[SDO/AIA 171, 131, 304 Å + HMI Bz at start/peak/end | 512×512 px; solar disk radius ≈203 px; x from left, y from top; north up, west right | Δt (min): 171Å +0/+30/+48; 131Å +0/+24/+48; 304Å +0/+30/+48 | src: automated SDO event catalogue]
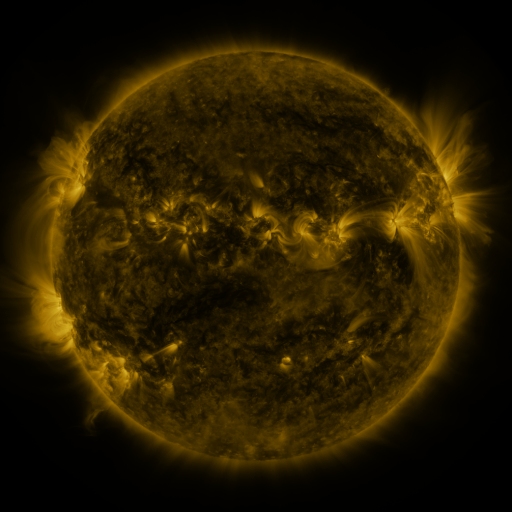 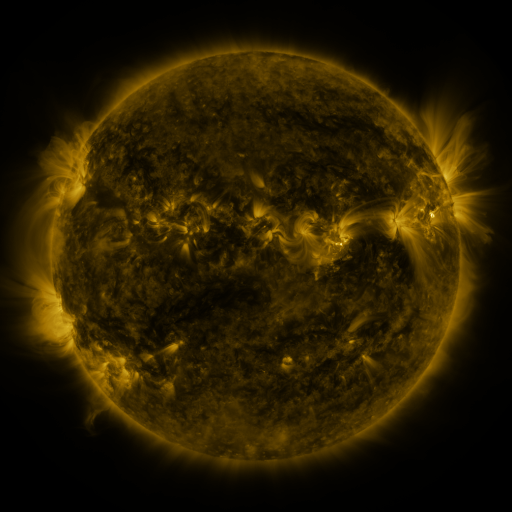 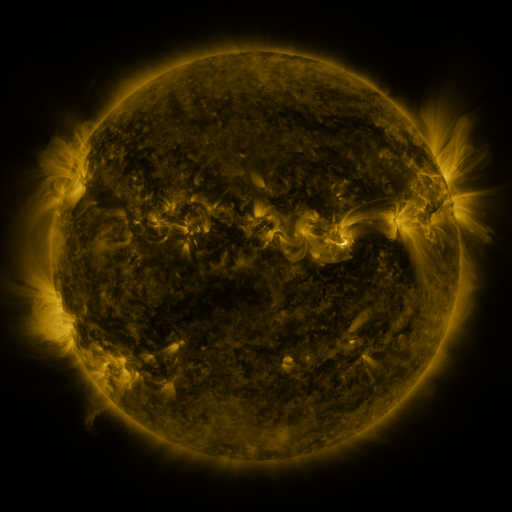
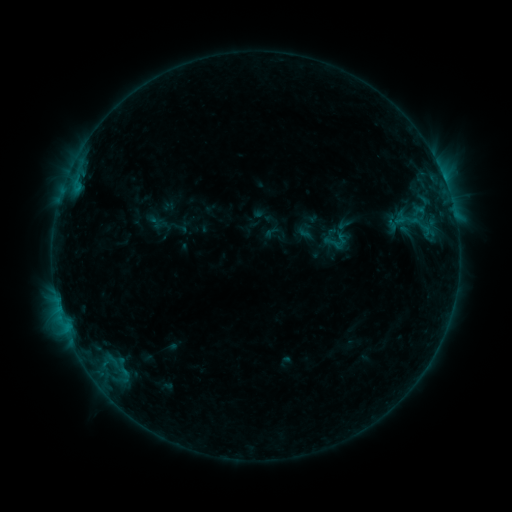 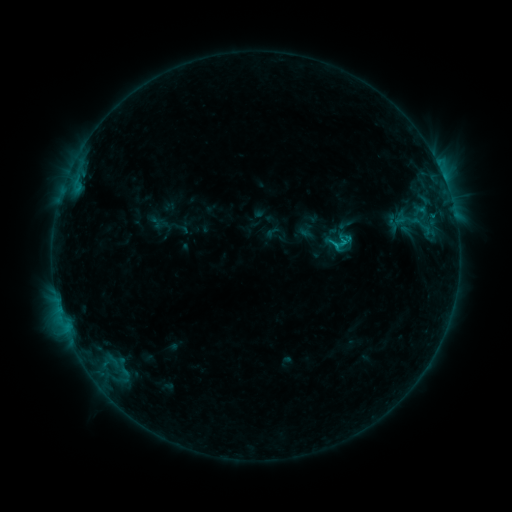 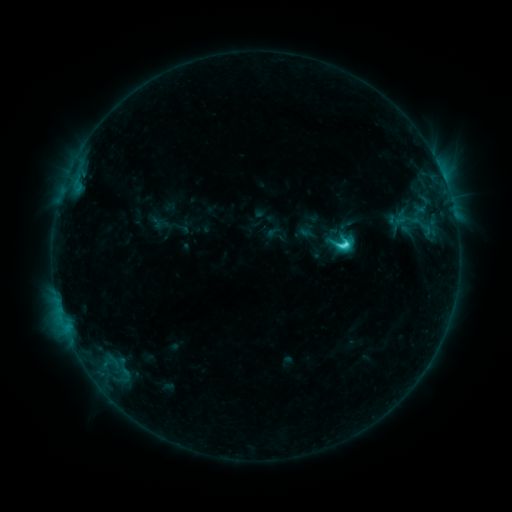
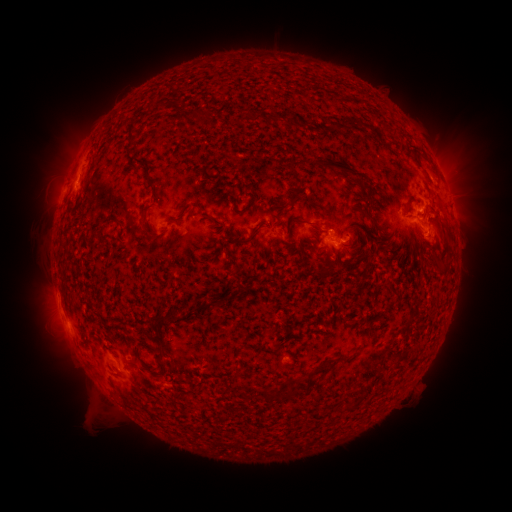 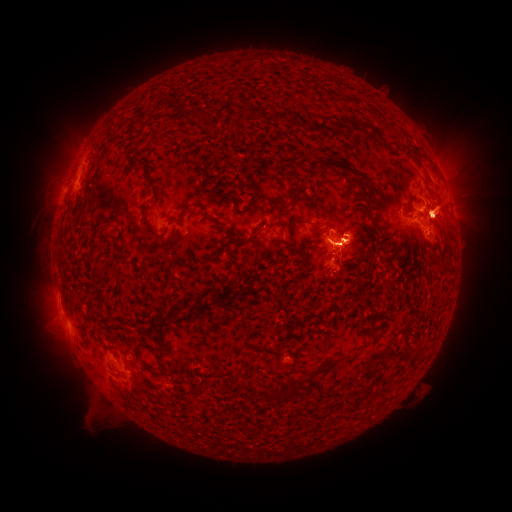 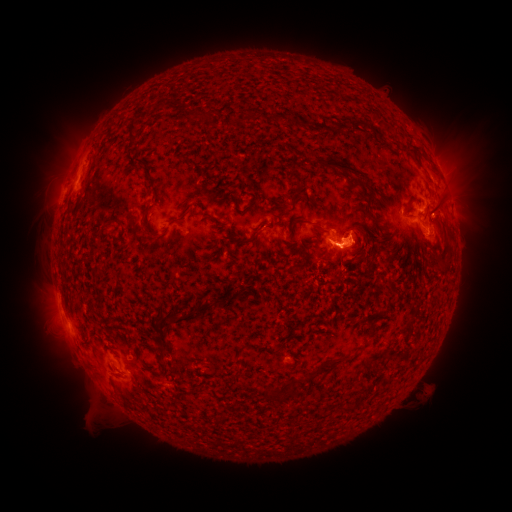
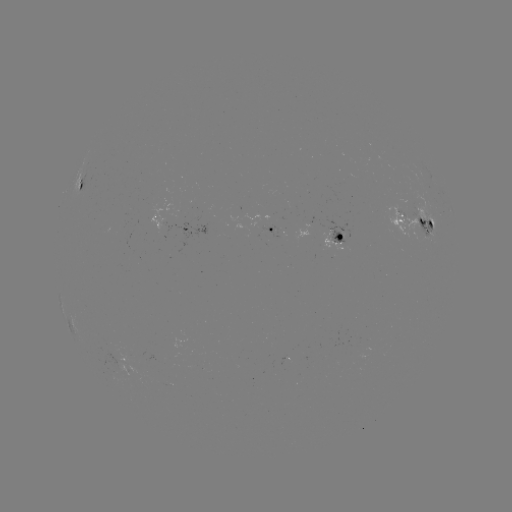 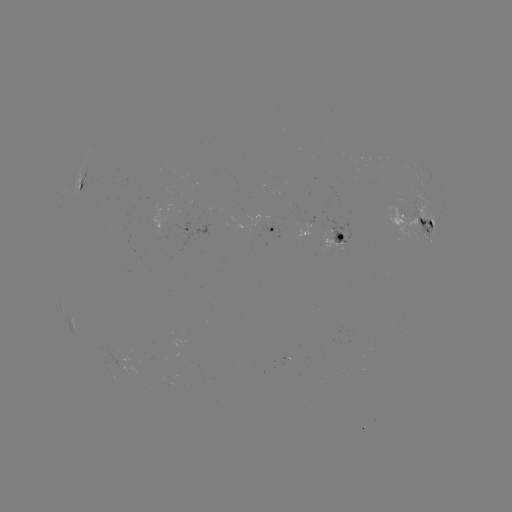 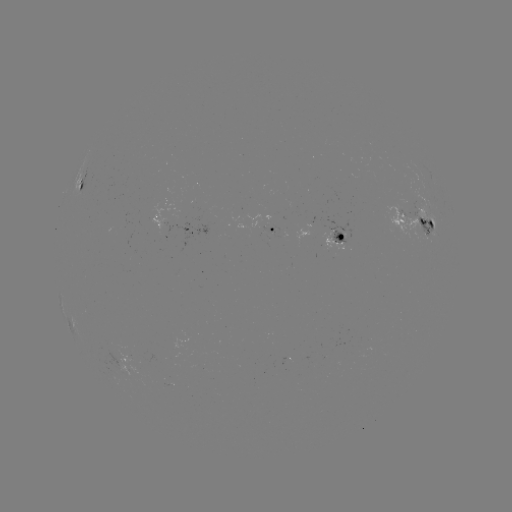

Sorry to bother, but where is C7.6 flare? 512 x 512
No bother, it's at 344,245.